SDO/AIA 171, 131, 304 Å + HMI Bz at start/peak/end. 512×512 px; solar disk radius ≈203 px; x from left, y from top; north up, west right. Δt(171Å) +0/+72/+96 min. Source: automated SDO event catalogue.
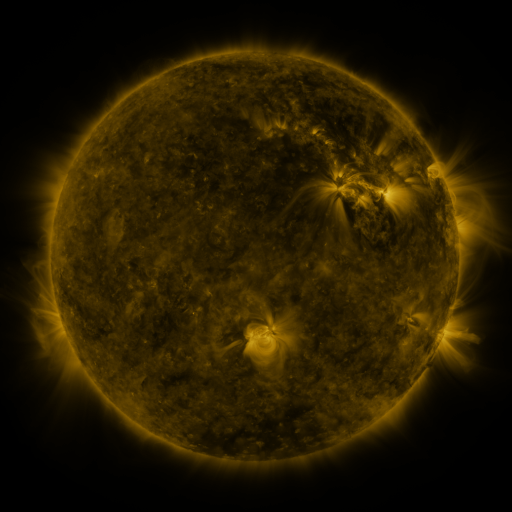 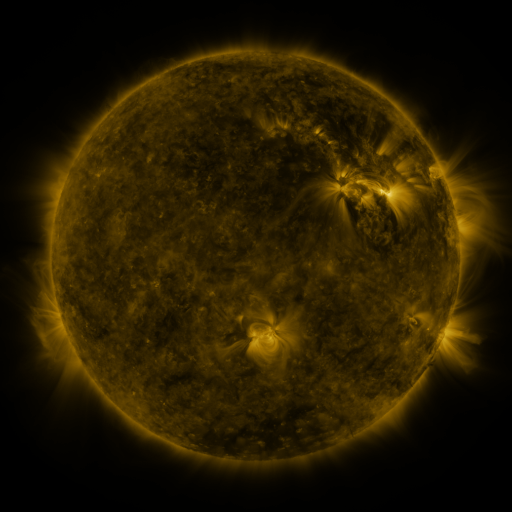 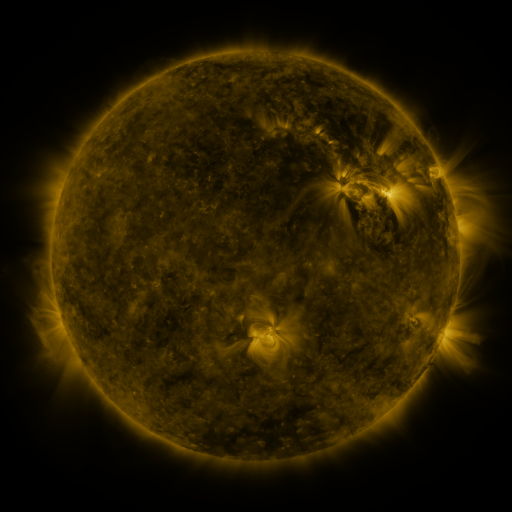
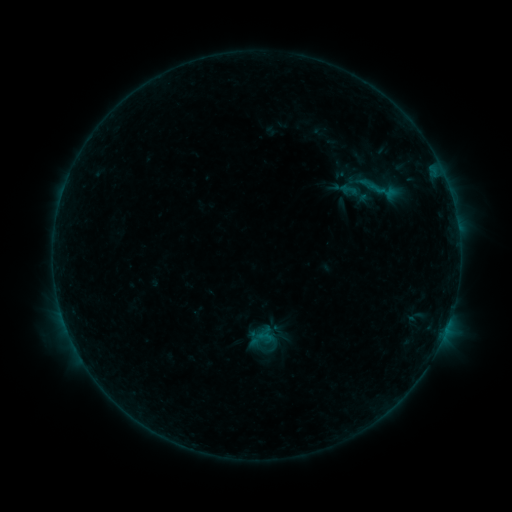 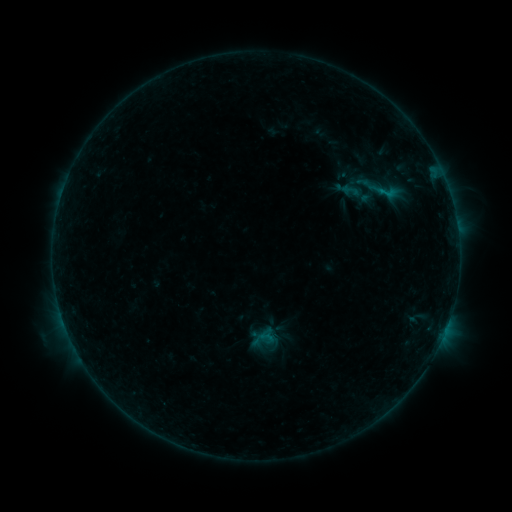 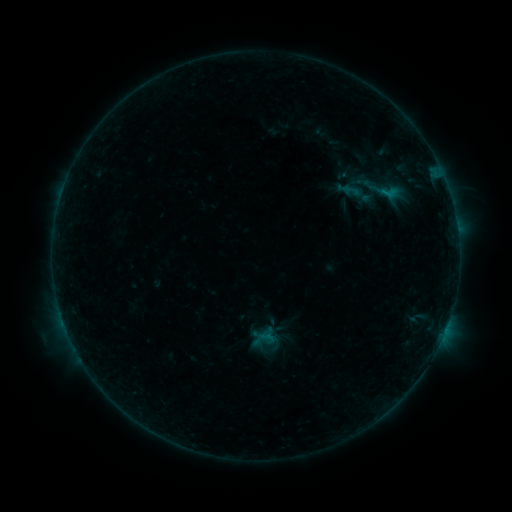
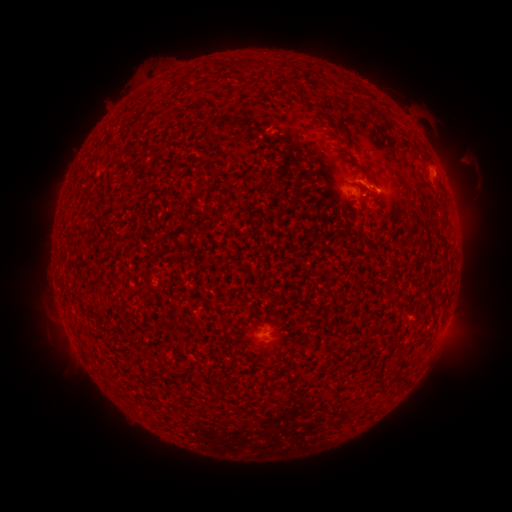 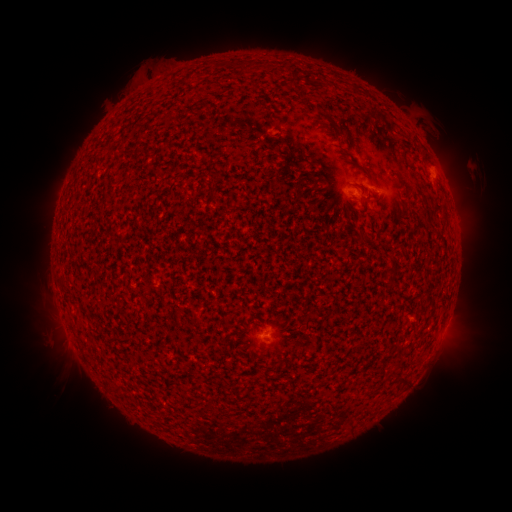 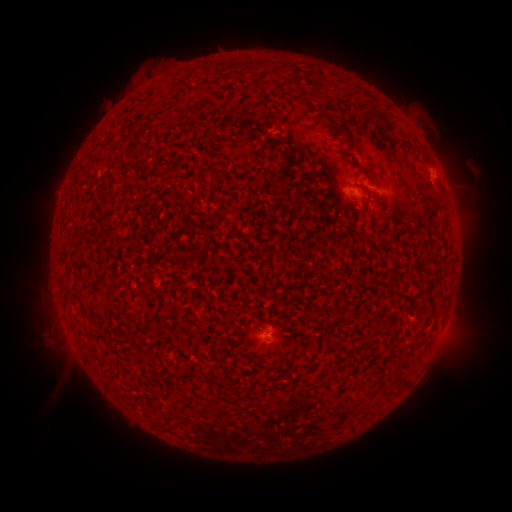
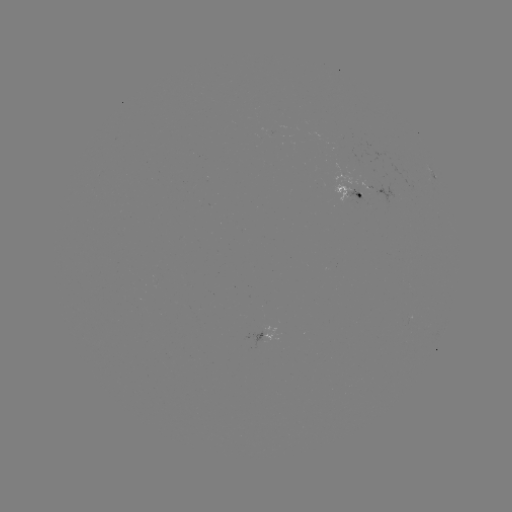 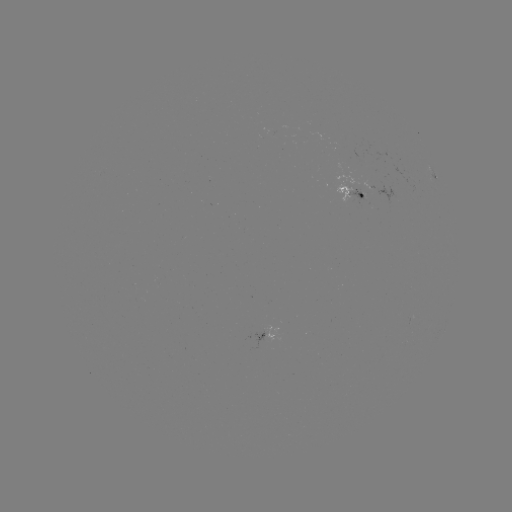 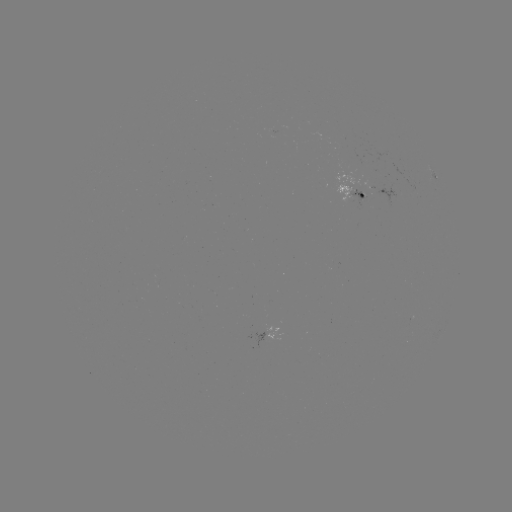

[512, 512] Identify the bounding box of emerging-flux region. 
[333, 183, 354, 204].